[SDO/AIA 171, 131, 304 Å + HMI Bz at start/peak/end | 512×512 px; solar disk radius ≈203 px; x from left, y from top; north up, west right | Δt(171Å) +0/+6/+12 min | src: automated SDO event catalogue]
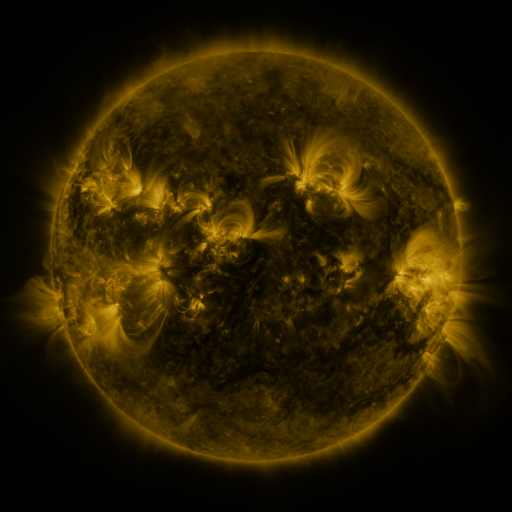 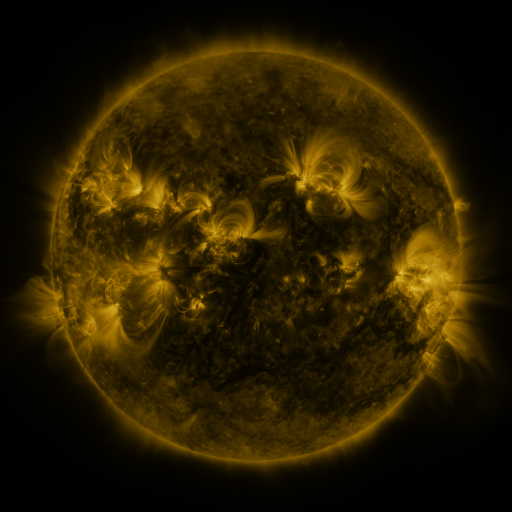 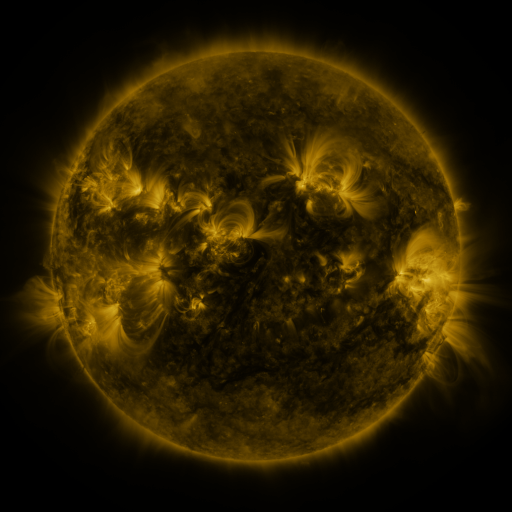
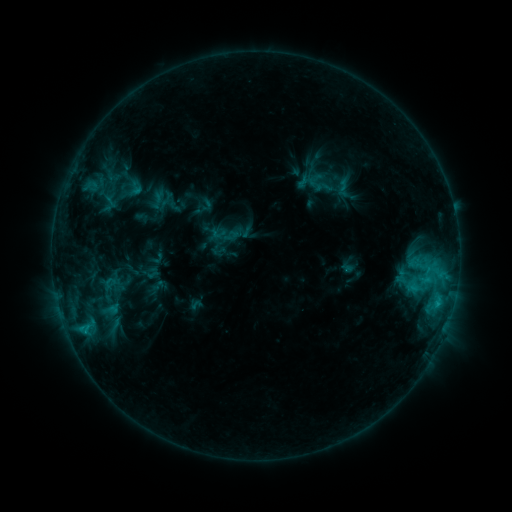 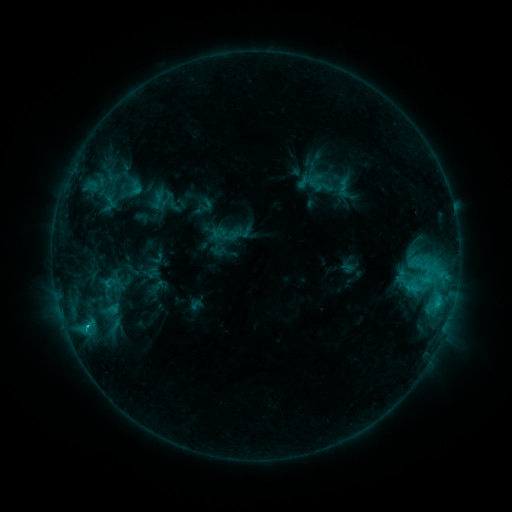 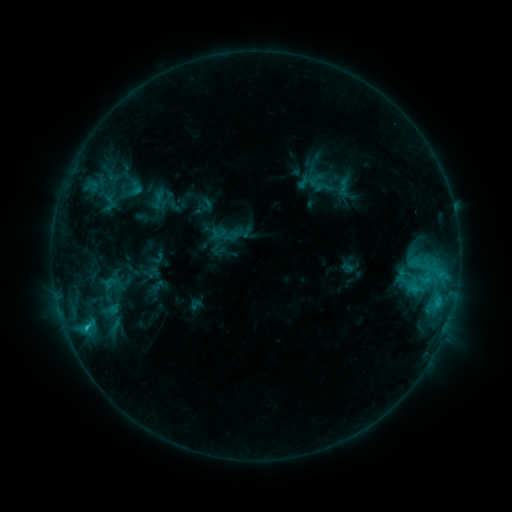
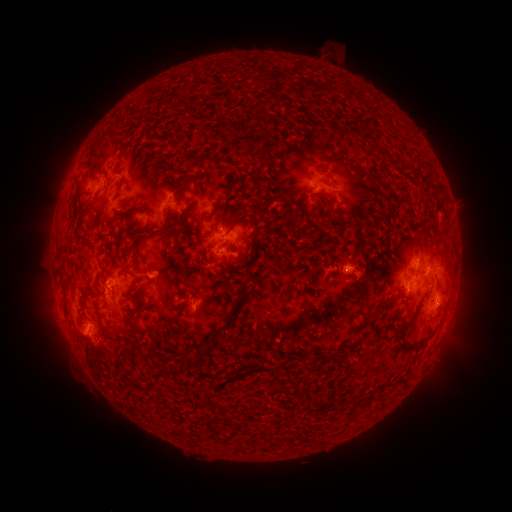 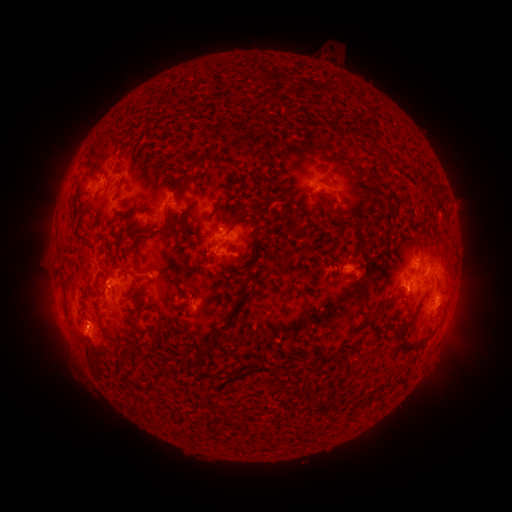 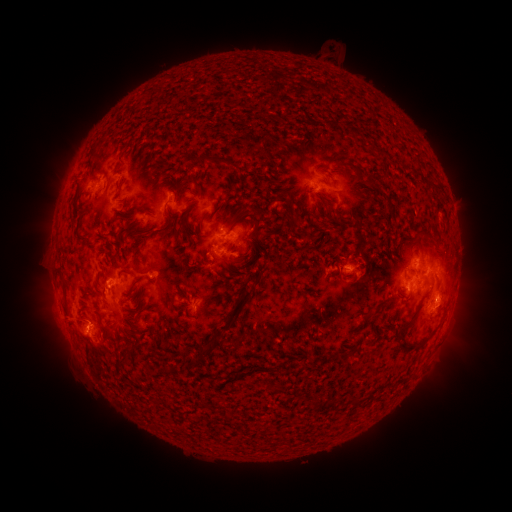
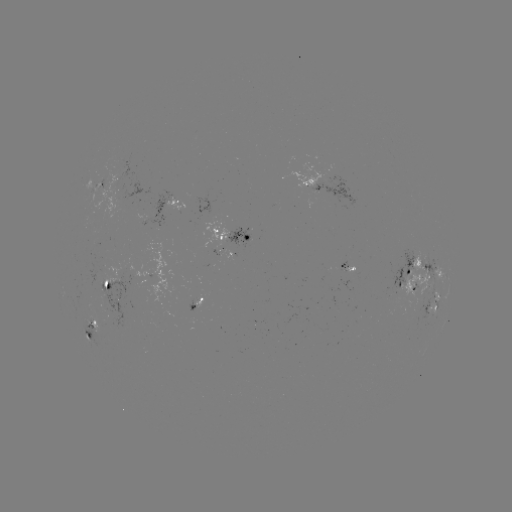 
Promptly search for C2.3 flare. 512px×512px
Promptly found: (87, 324).